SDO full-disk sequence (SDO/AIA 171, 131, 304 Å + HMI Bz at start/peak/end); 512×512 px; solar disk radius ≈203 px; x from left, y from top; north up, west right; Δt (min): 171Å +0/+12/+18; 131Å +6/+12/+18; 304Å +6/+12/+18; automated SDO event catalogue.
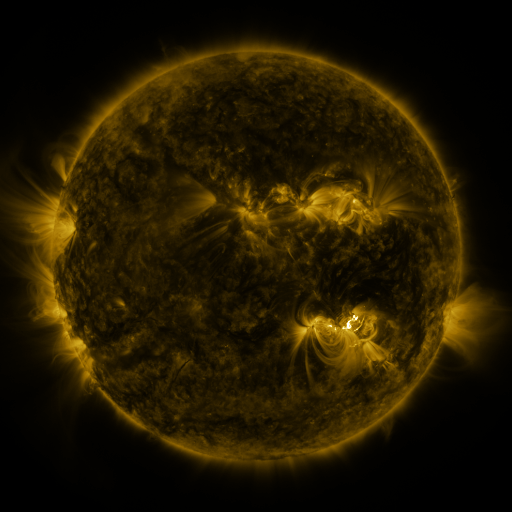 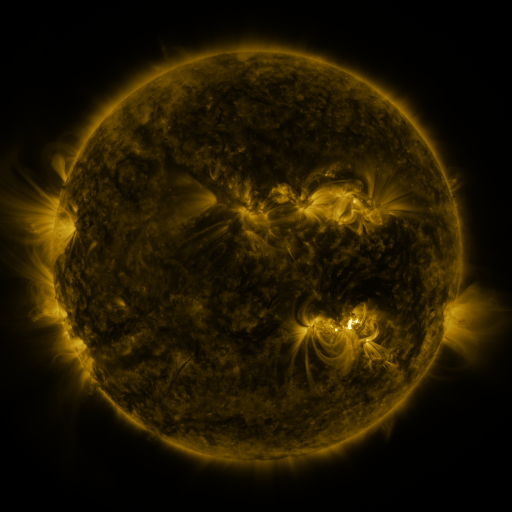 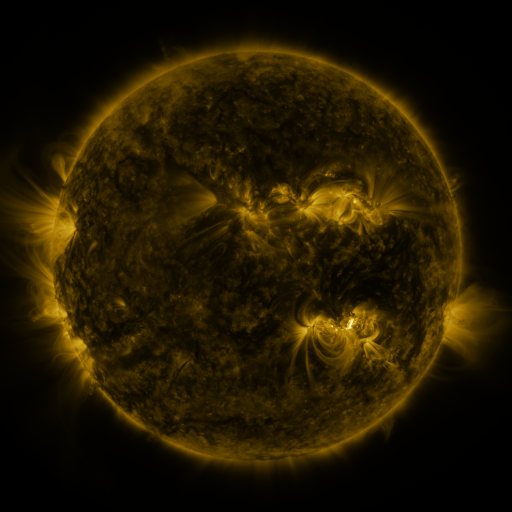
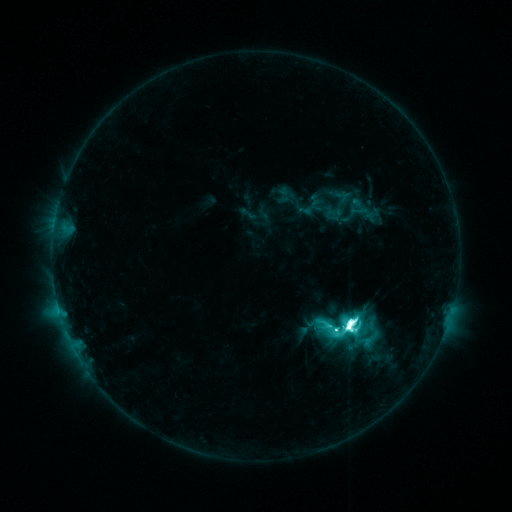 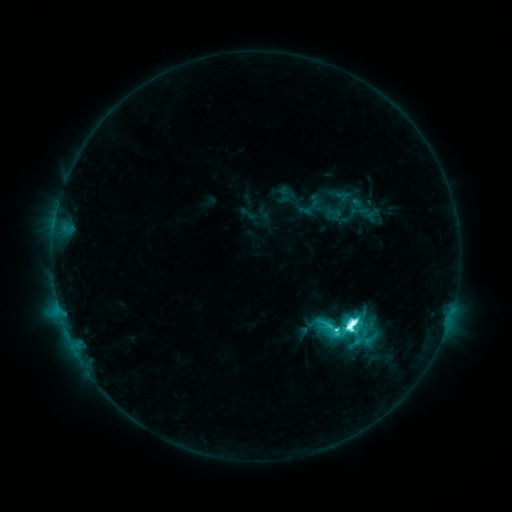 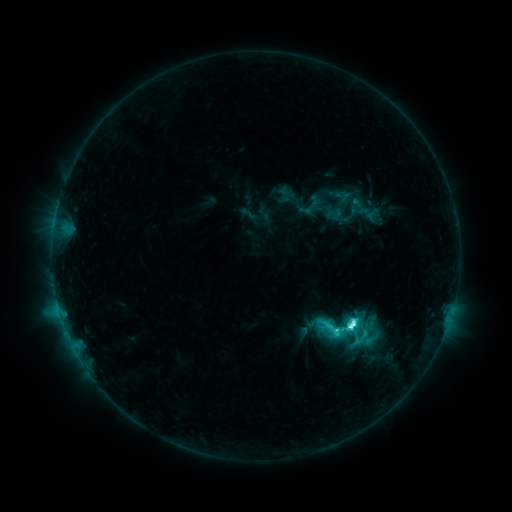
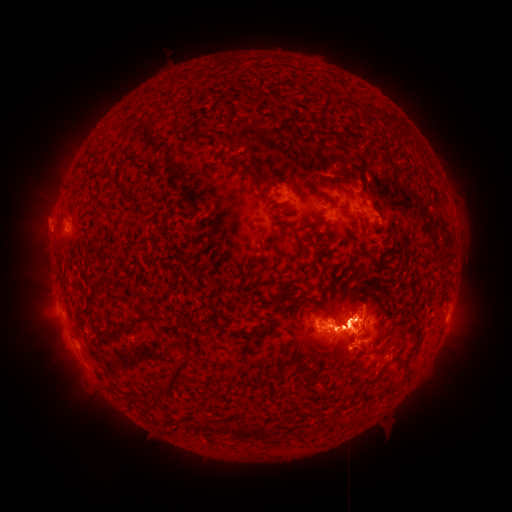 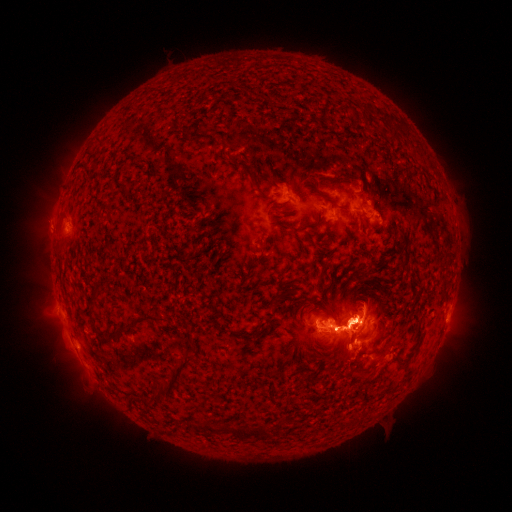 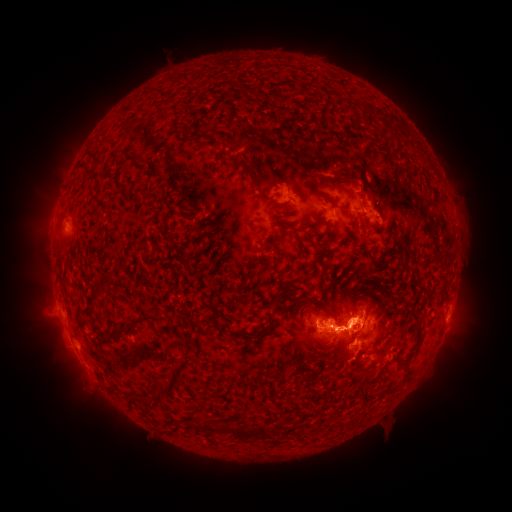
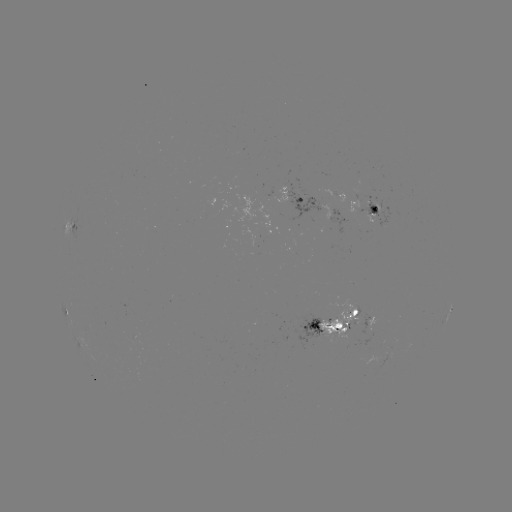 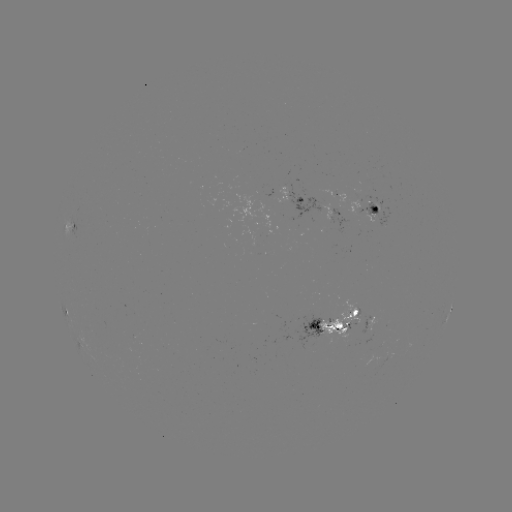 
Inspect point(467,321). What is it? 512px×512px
eruption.